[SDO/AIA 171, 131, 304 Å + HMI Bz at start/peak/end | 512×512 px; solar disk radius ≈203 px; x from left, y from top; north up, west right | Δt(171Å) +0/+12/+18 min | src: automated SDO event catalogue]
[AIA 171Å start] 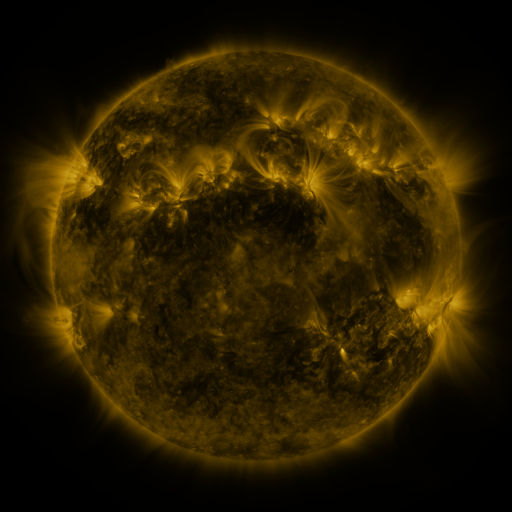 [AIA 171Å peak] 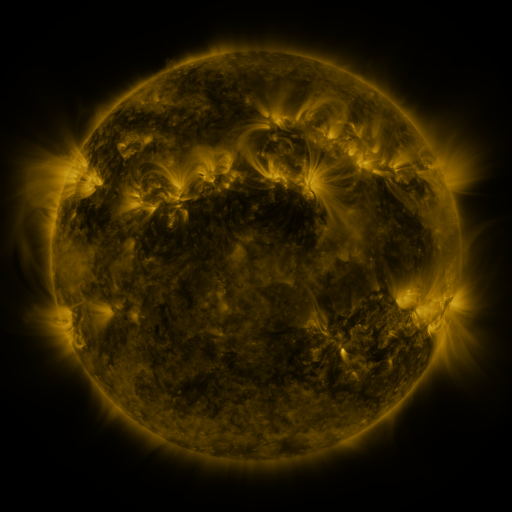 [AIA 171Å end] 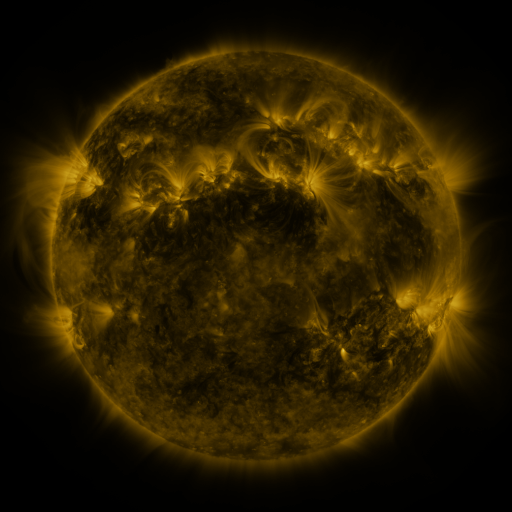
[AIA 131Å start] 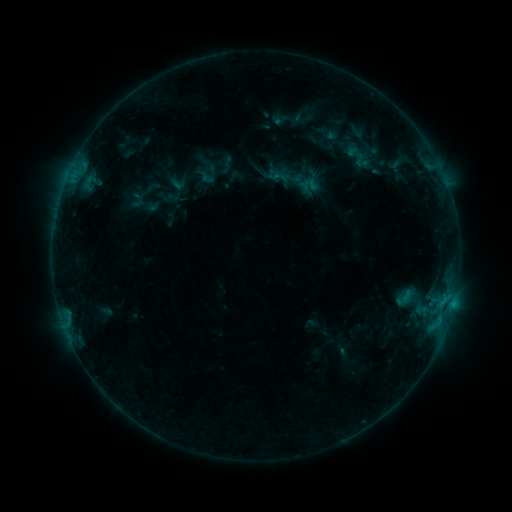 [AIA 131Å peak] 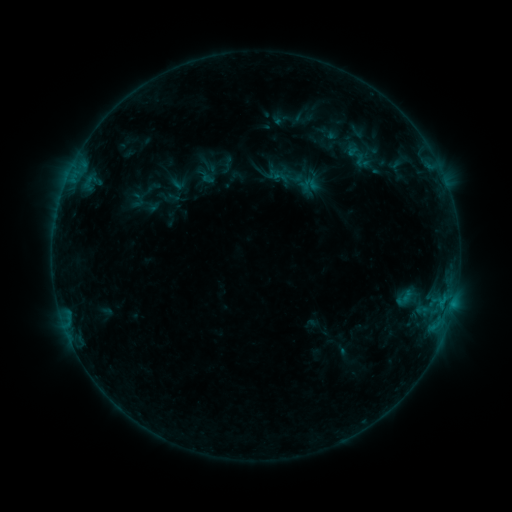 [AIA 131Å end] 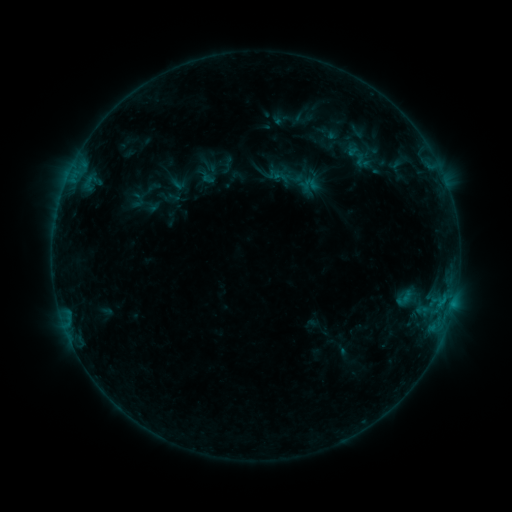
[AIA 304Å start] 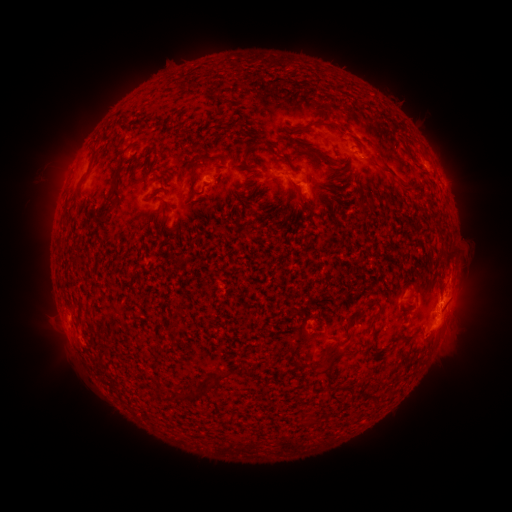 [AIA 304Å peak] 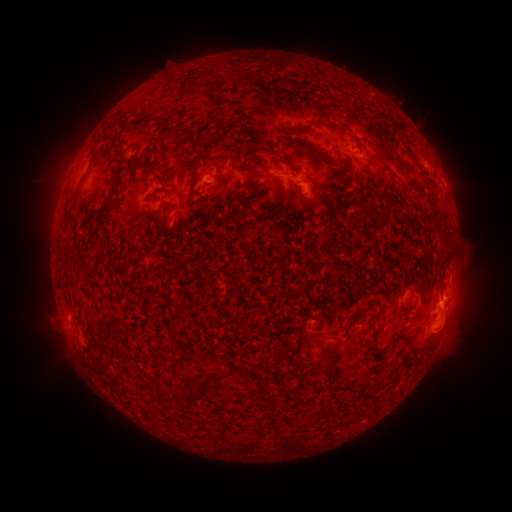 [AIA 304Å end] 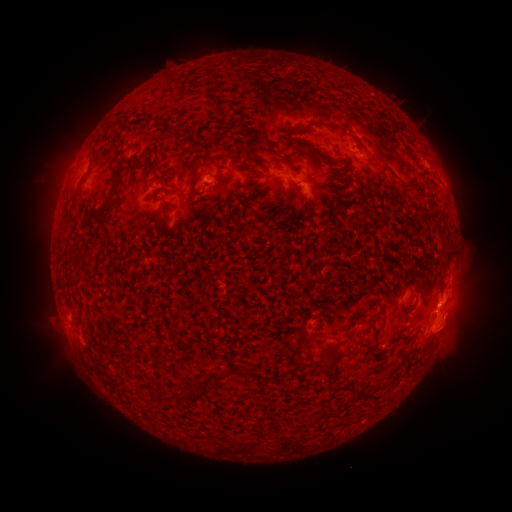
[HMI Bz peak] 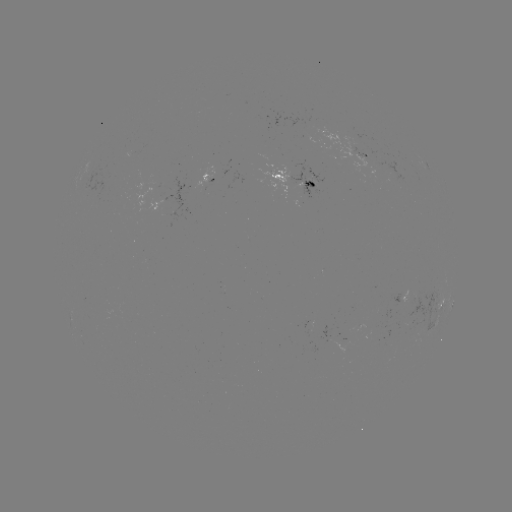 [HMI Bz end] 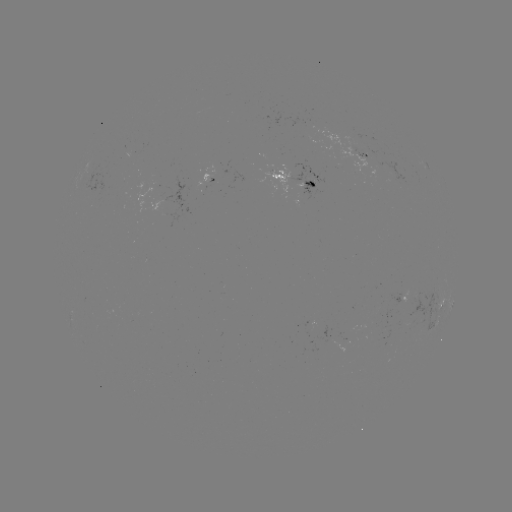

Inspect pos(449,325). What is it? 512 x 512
eruption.